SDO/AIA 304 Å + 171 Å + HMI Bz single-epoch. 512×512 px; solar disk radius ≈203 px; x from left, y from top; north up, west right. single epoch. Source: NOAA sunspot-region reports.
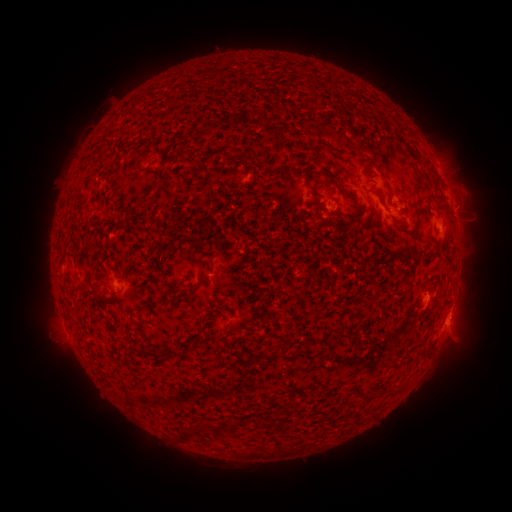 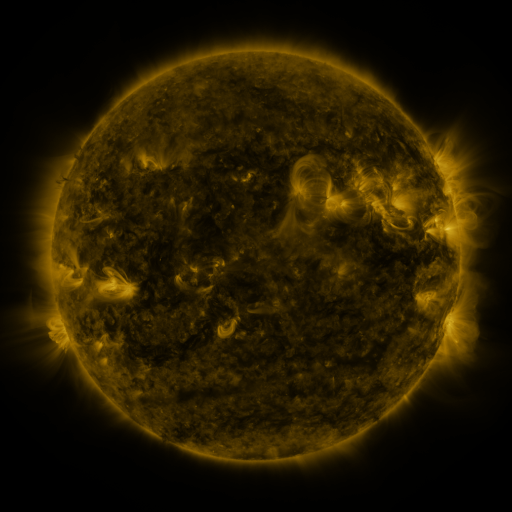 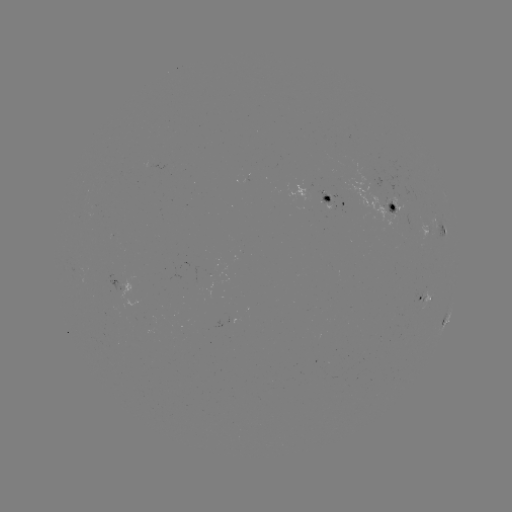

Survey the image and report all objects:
spotted active region: (334, 198)
spotted active region: (393, 206)
spotted active region: (436, 227)
spotted active region: (125, 283)
spotted active region: (424, 295)
spotted active region: (447, 319)
